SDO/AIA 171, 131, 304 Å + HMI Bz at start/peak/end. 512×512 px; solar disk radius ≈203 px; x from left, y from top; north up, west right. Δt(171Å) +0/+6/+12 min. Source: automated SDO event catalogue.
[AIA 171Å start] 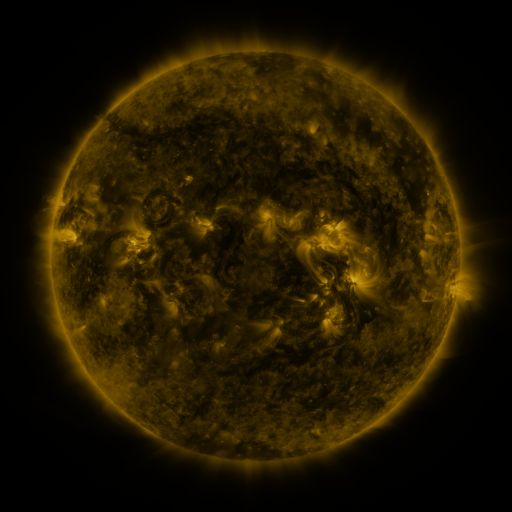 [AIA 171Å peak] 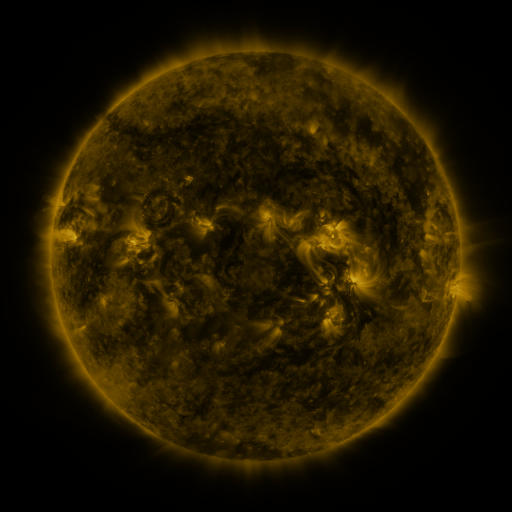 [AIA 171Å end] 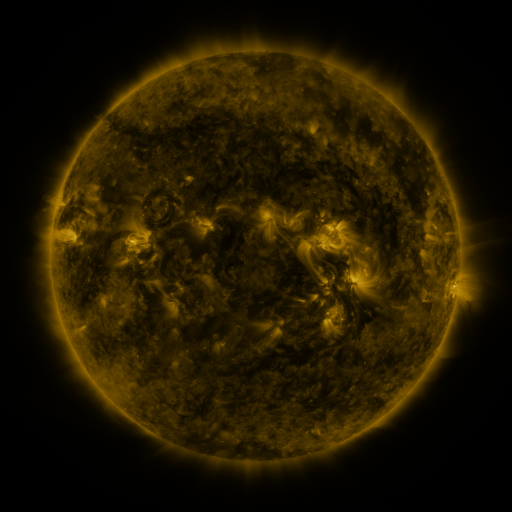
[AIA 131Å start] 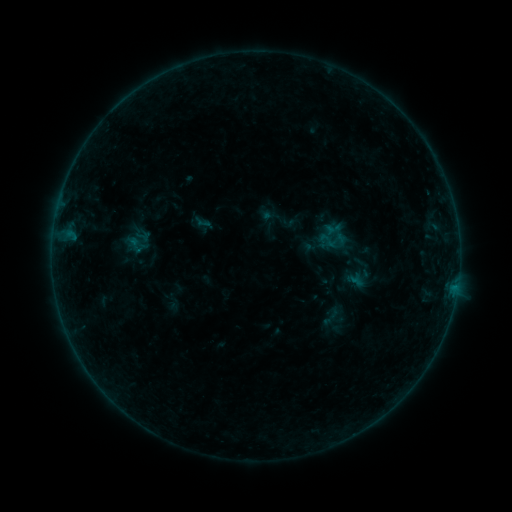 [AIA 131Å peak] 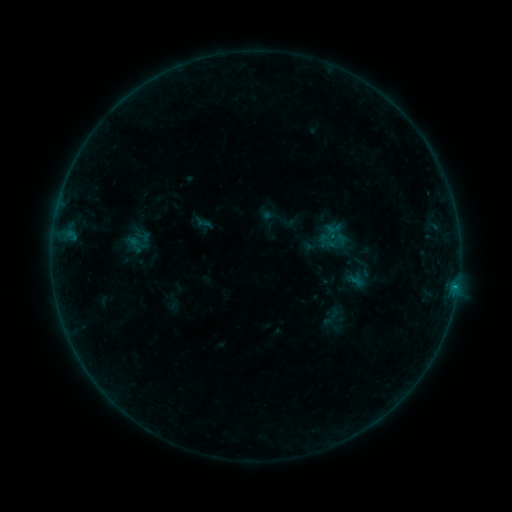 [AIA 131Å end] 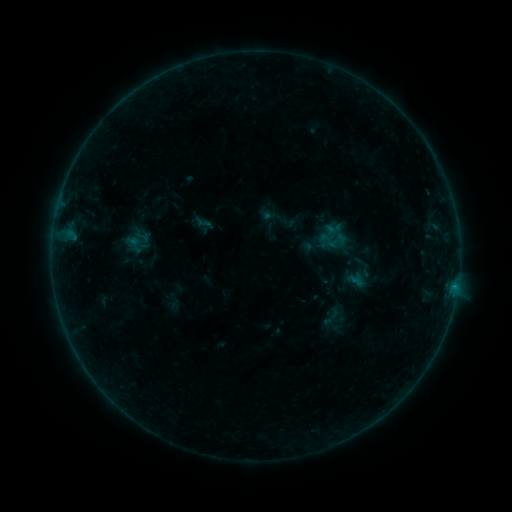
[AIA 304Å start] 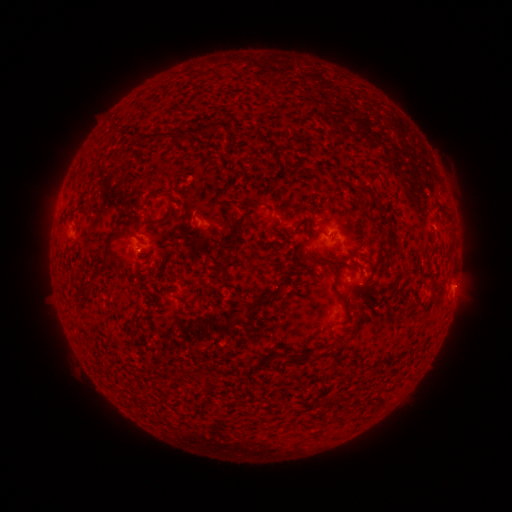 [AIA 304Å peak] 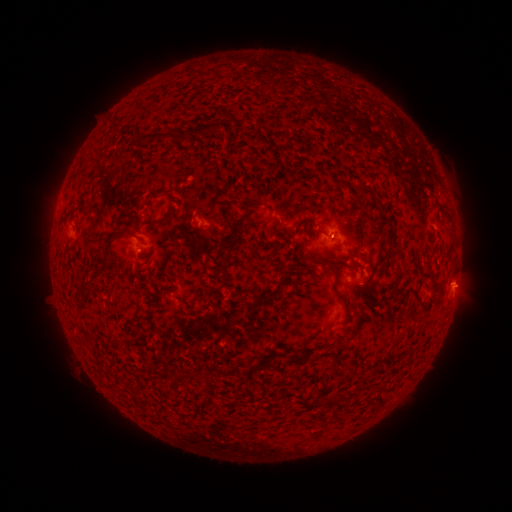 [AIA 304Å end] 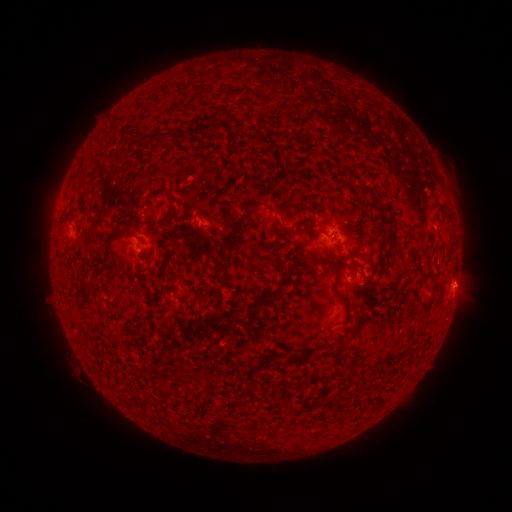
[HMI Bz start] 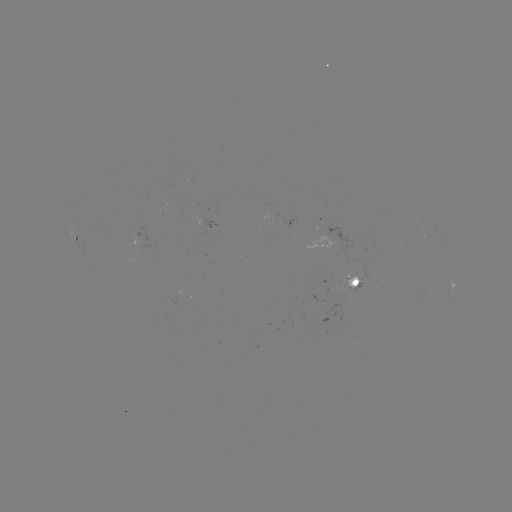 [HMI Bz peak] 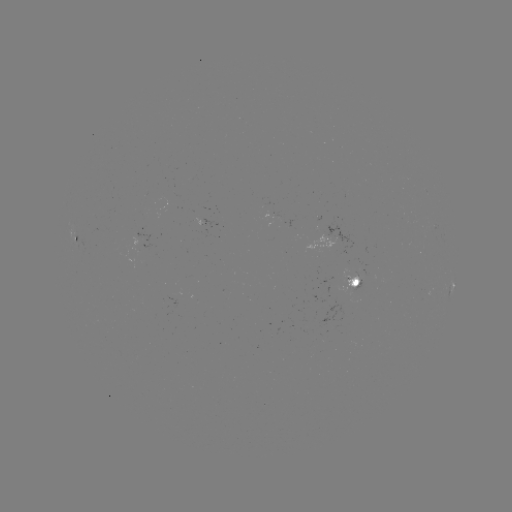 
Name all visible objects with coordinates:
B3.1 flare: (454, 285)
